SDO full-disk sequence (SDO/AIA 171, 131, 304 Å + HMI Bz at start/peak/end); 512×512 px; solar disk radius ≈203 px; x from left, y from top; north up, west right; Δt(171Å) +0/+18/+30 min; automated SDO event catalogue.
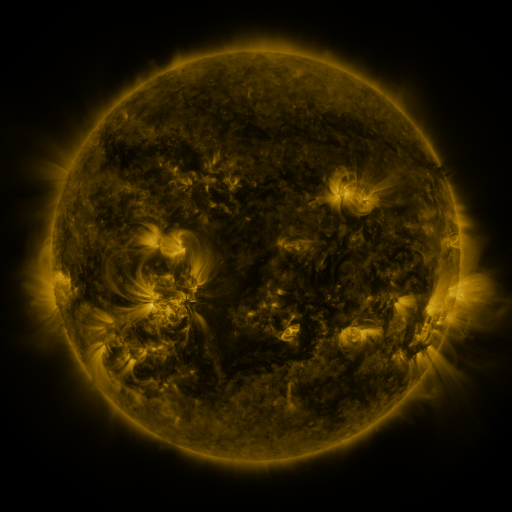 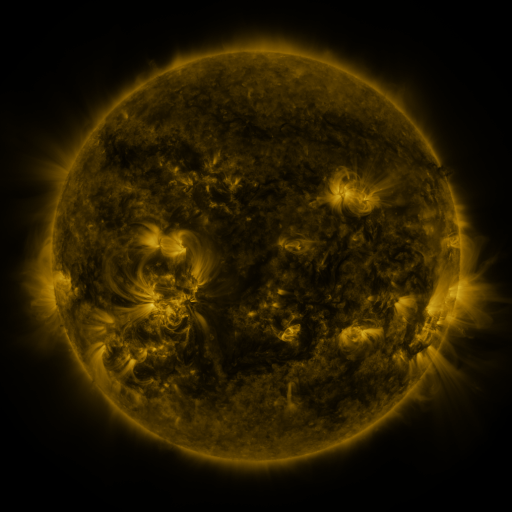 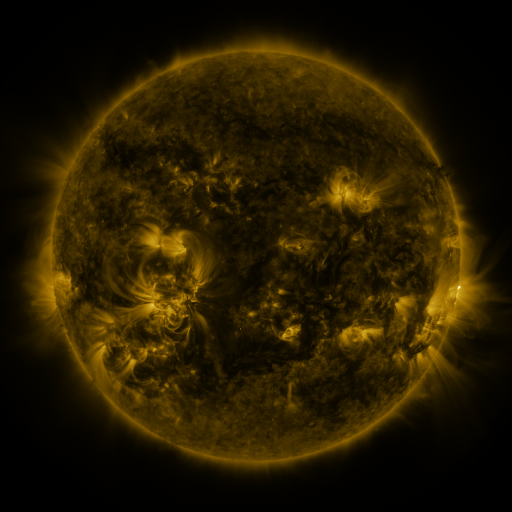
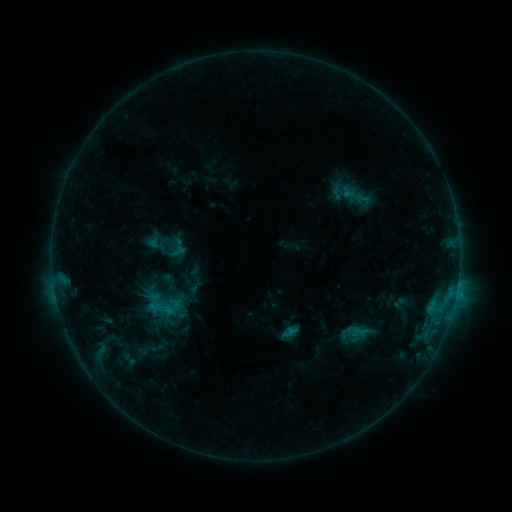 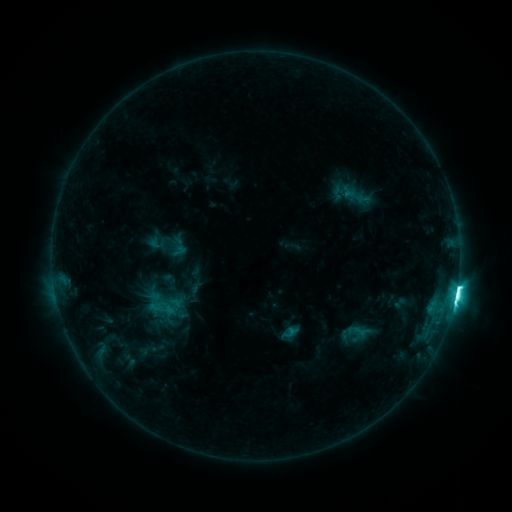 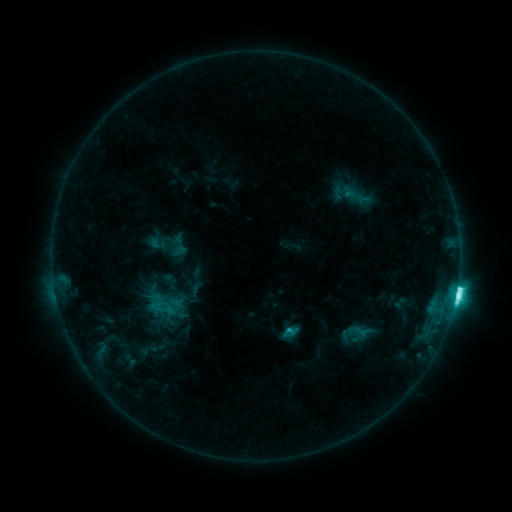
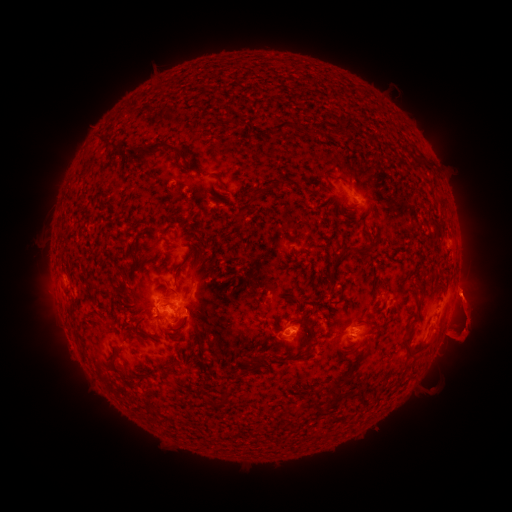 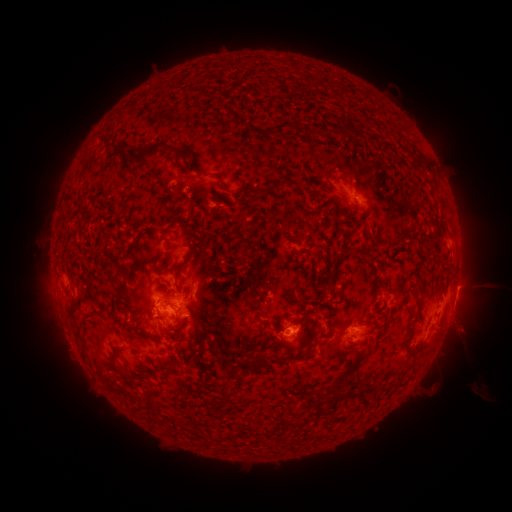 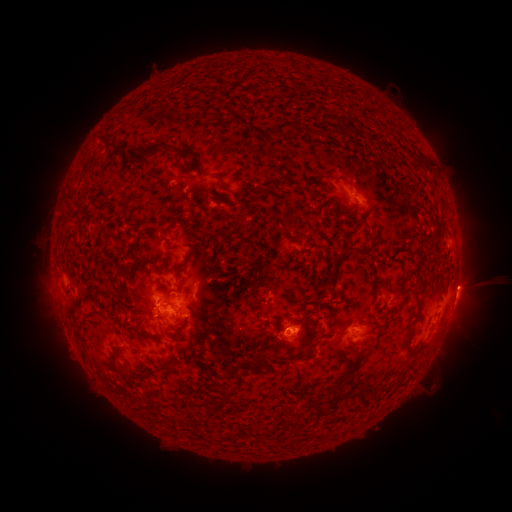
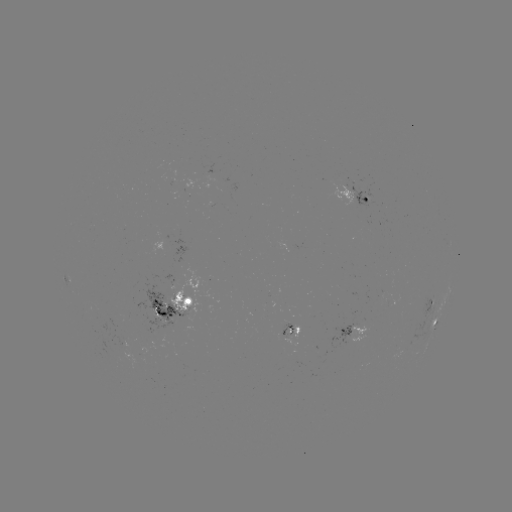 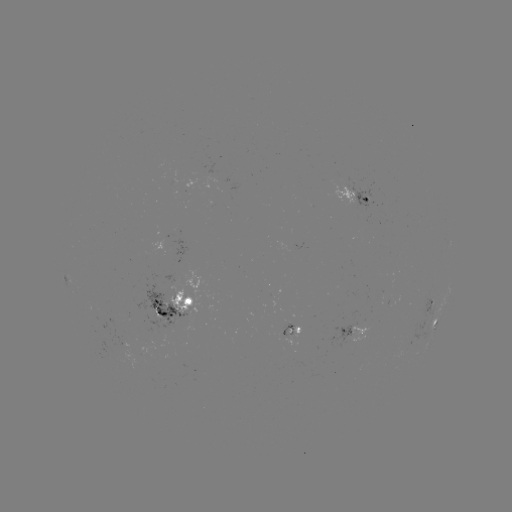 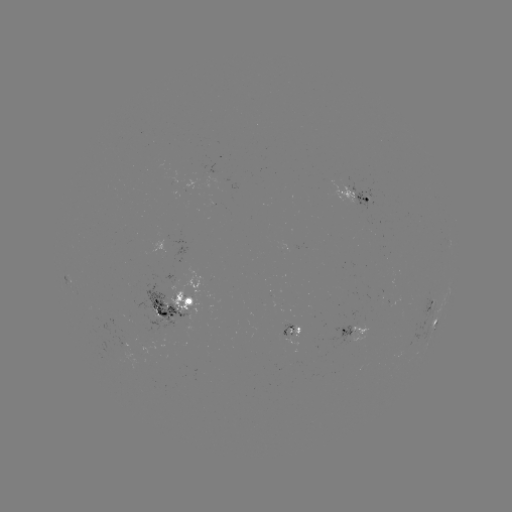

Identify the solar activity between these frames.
M1.8 flare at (455, 295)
